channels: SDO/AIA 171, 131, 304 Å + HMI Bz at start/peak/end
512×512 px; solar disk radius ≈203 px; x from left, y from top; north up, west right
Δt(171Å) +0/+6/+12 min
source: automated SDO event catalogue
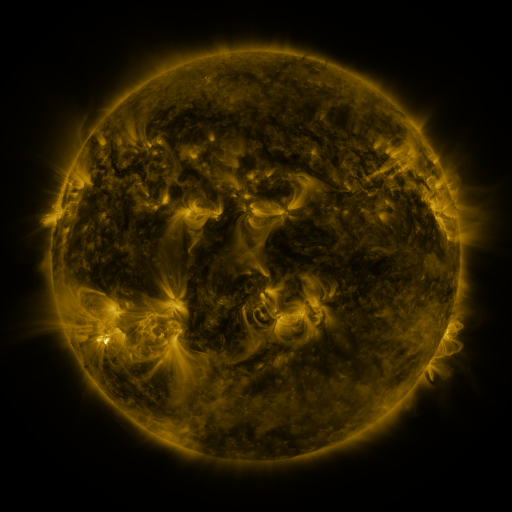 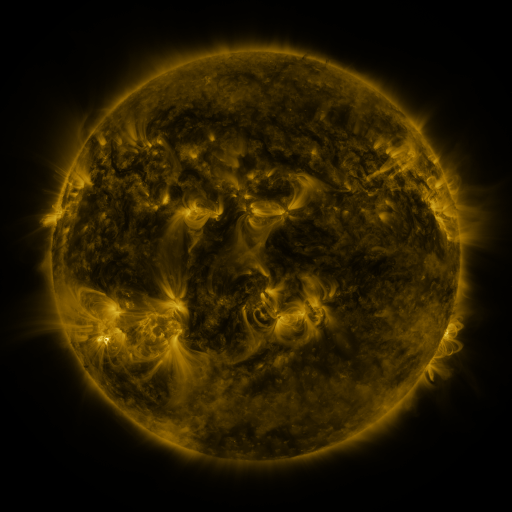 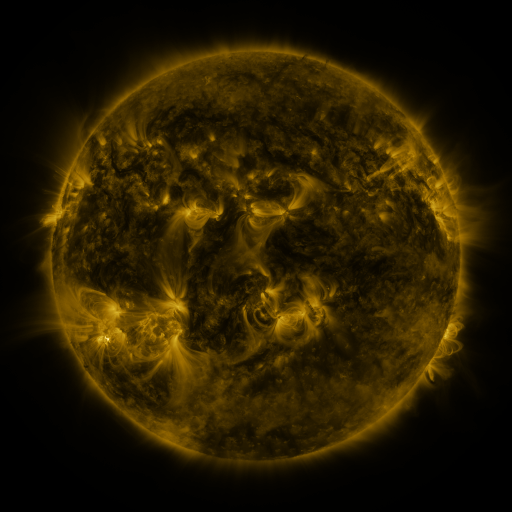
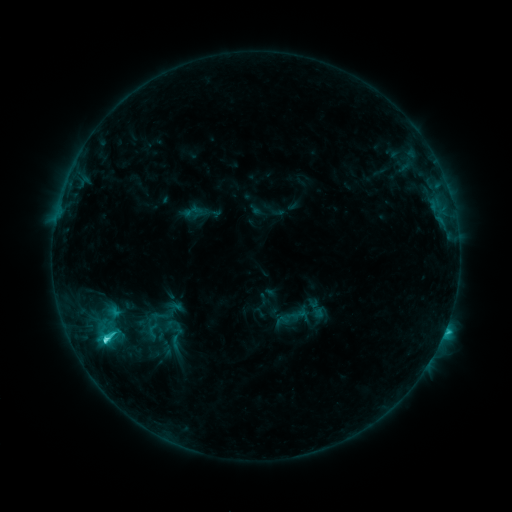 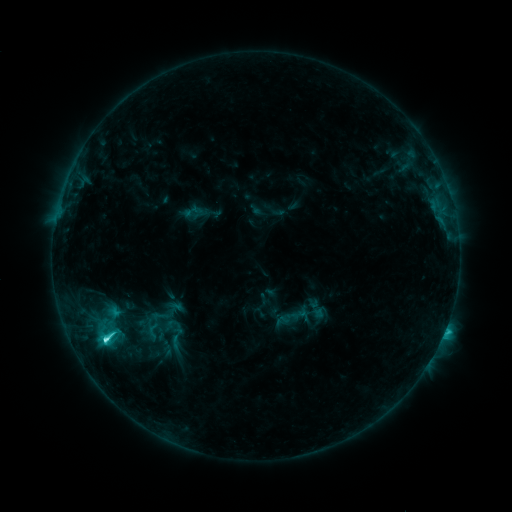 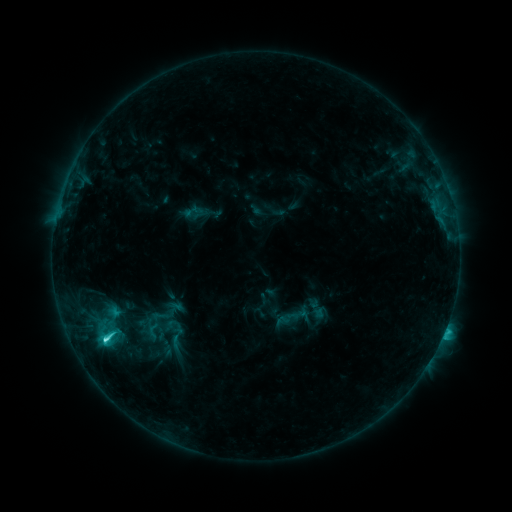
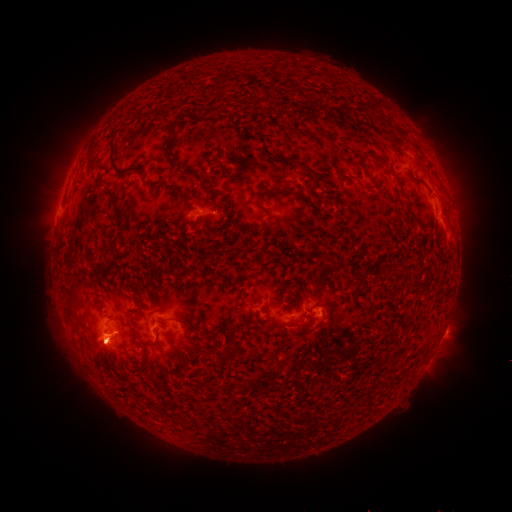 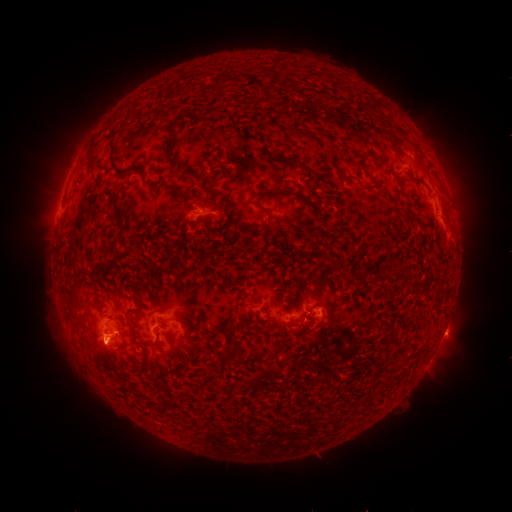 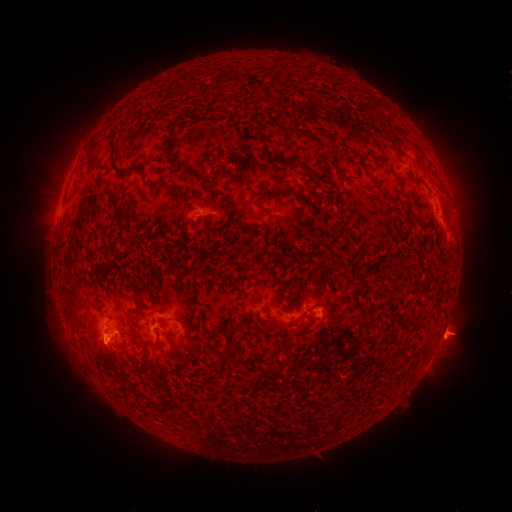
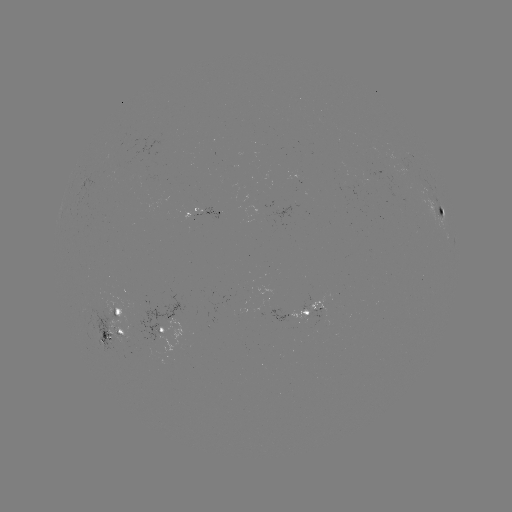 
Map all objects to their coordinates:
eruption: (453, 337)
